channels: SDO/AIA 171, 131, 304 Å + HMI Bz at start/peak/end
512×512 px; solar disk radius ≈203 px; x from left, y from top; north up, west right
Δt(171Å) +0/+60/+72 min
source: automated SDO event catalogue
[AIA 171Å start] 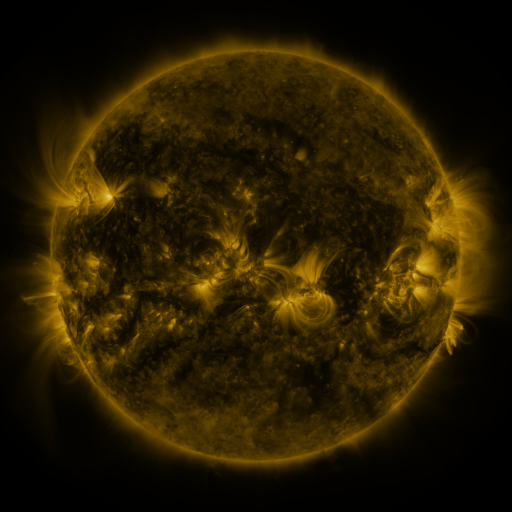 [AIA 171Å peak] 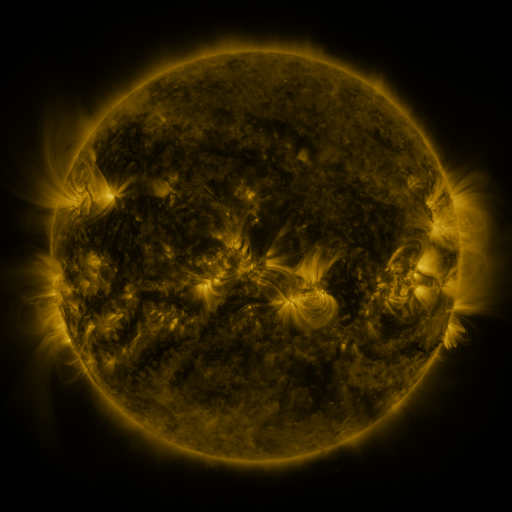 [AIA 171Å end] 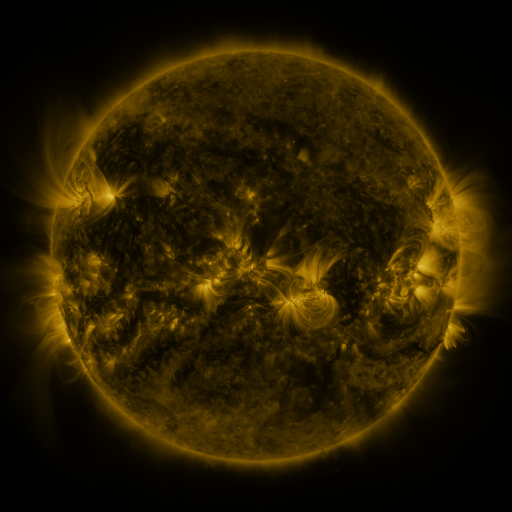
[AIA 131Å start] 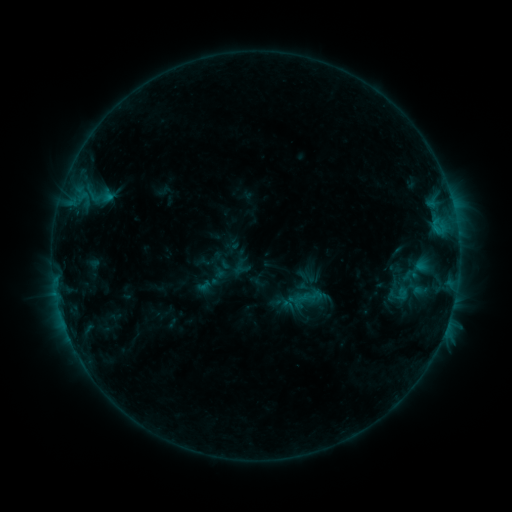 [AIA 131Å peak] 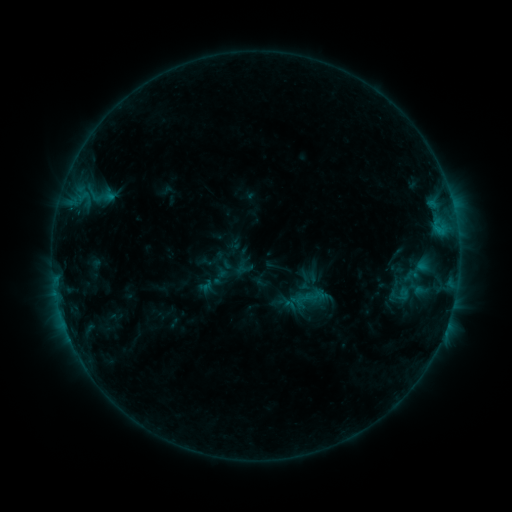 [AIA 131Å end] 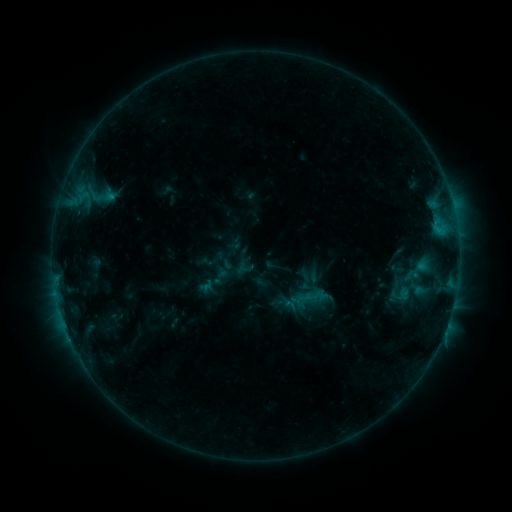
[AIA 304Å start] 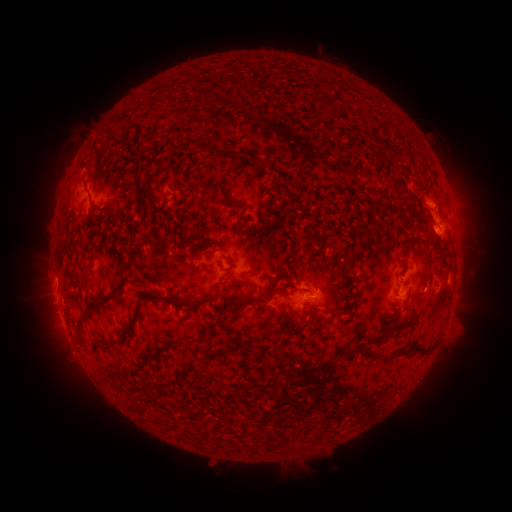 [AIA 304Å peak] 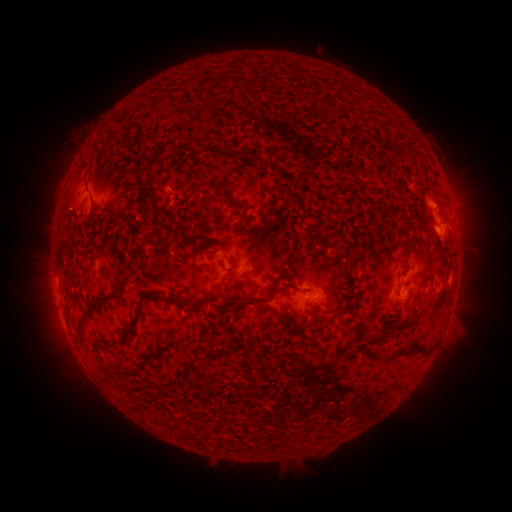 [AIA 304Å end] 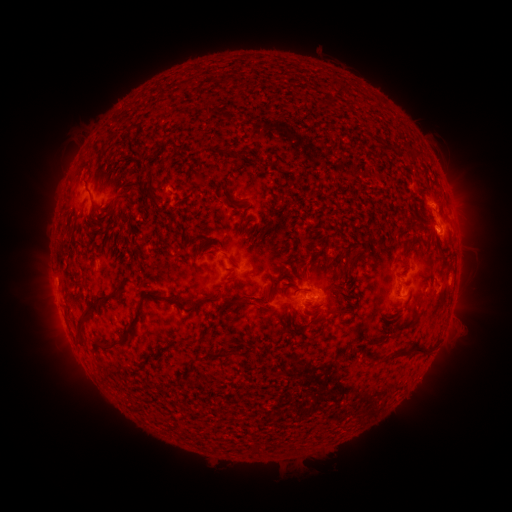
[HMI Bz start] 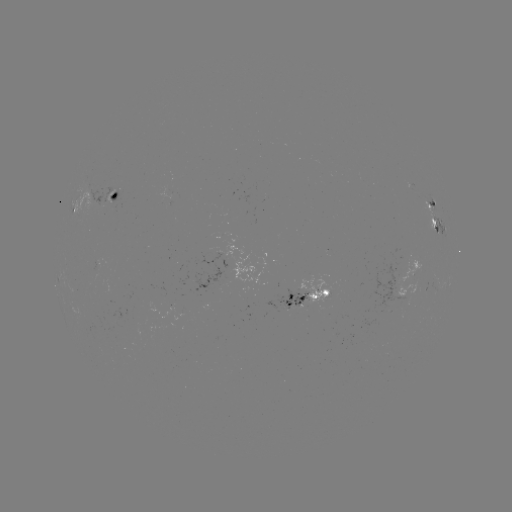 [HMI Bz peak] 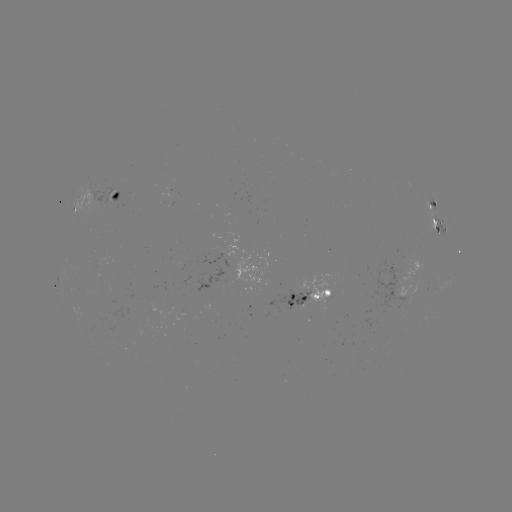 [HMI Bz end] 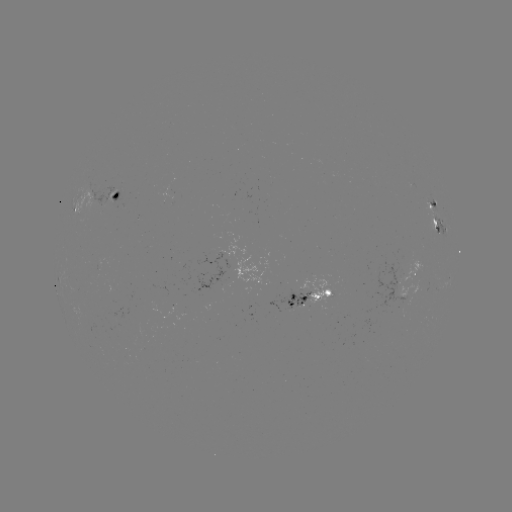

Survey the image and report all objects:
emerging-flux region: (168, 191)
